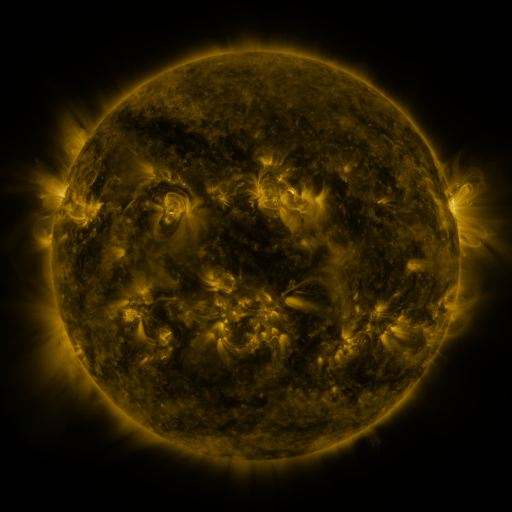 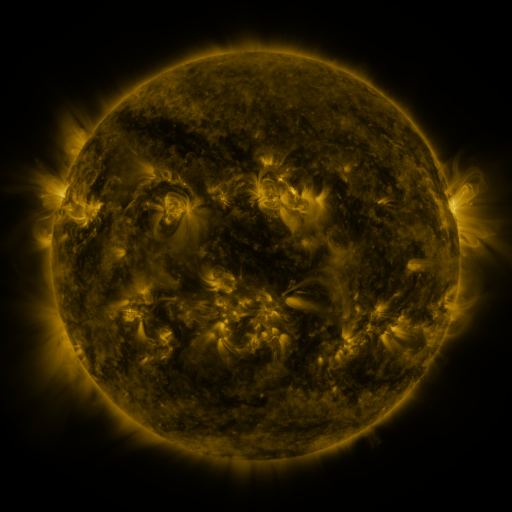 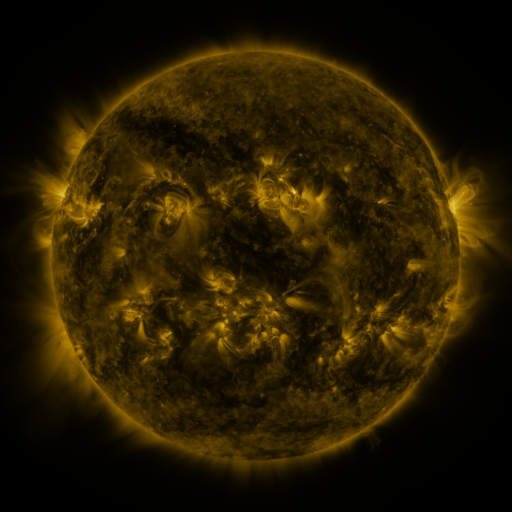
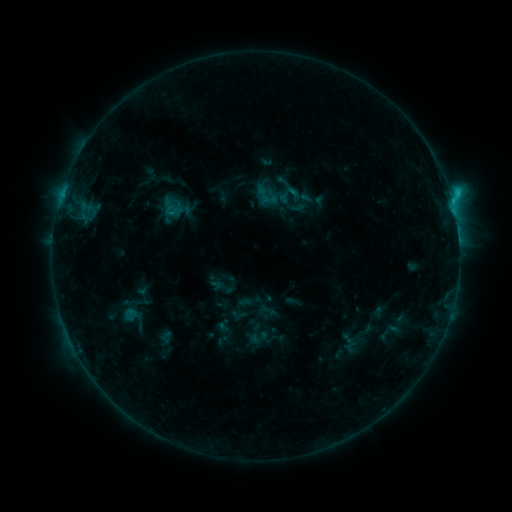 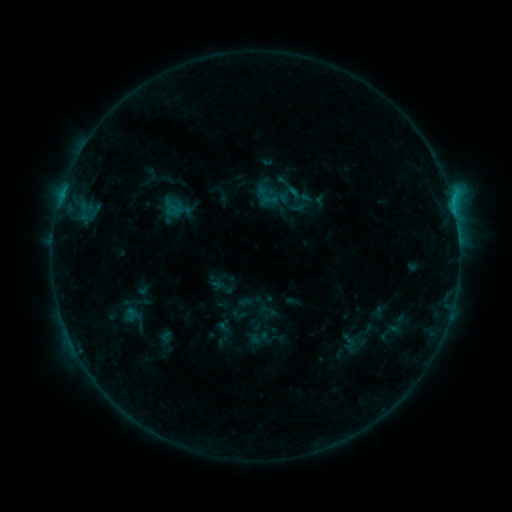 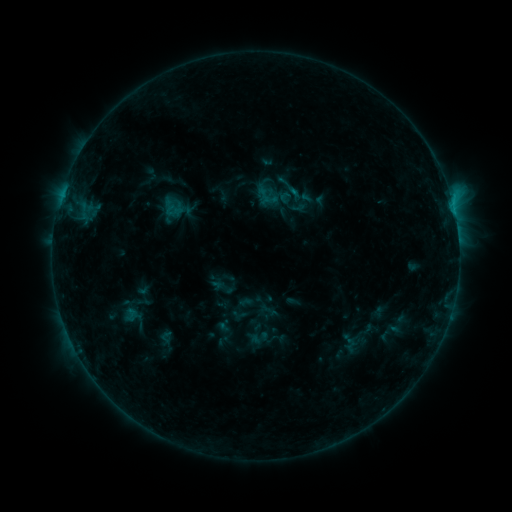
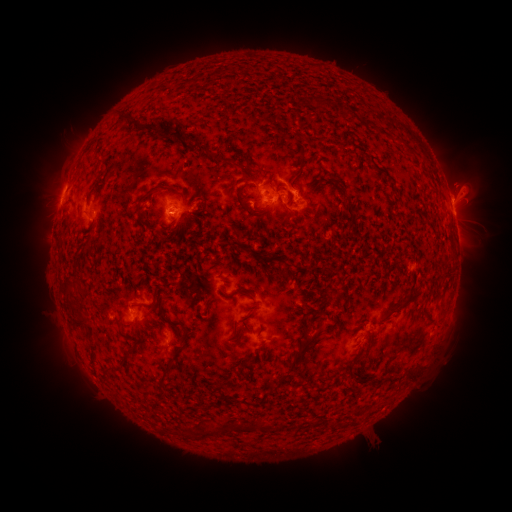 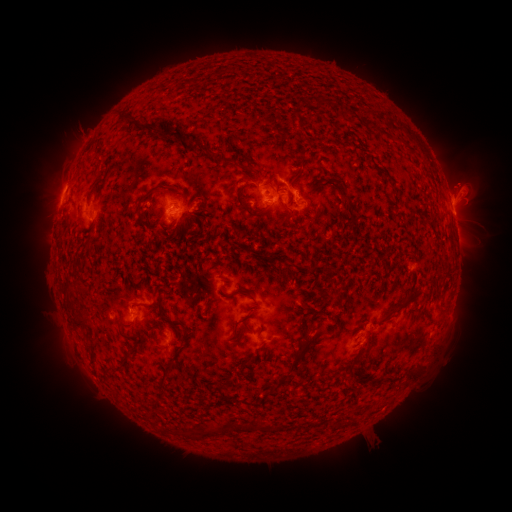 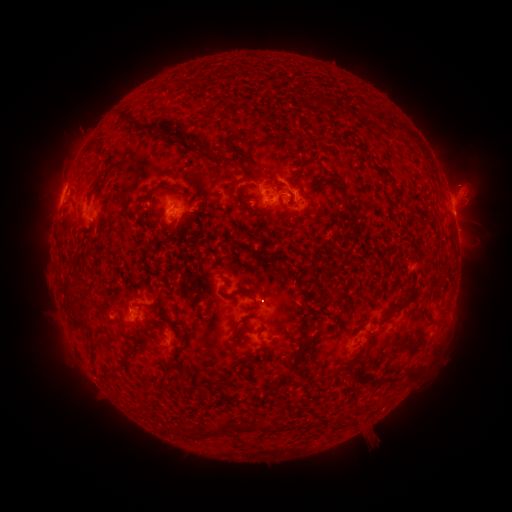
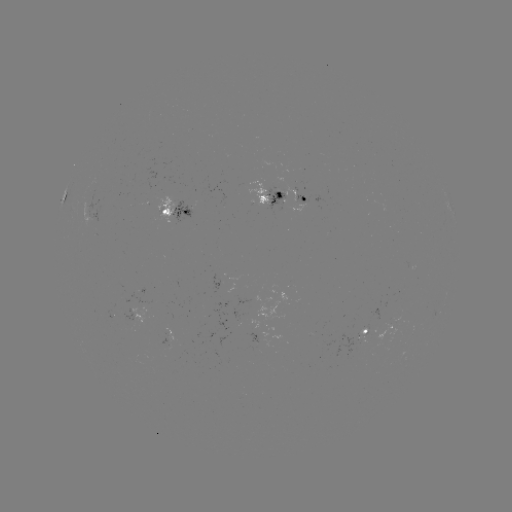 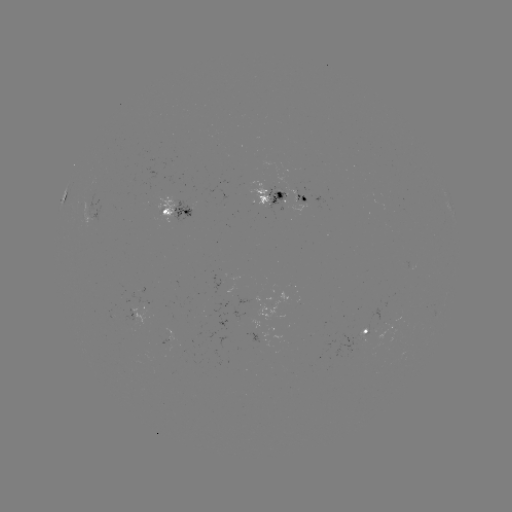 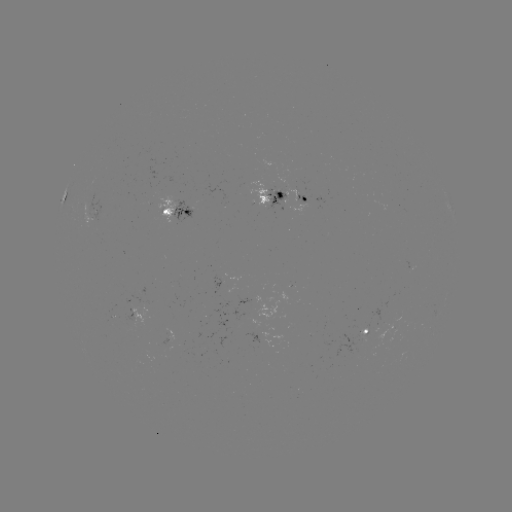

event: eruption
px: (463, 181)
